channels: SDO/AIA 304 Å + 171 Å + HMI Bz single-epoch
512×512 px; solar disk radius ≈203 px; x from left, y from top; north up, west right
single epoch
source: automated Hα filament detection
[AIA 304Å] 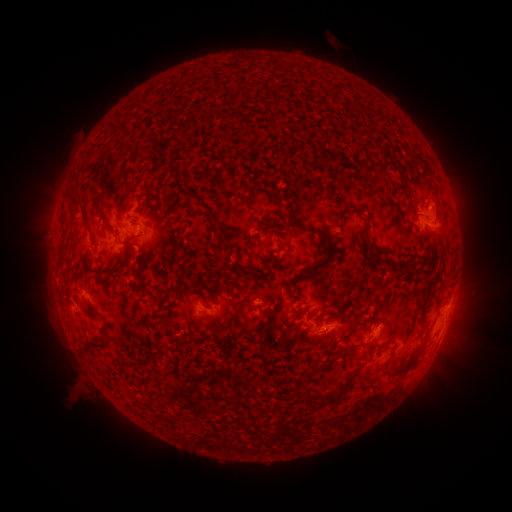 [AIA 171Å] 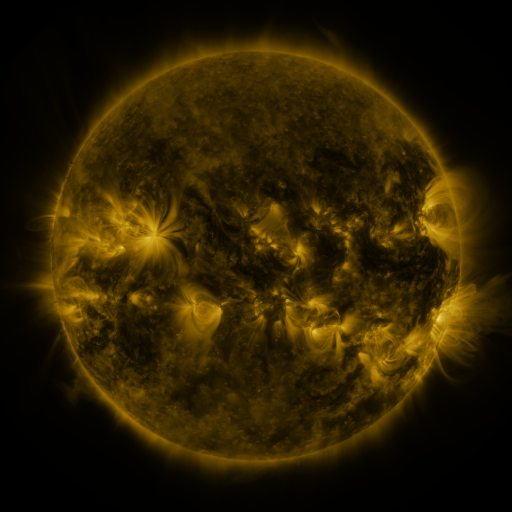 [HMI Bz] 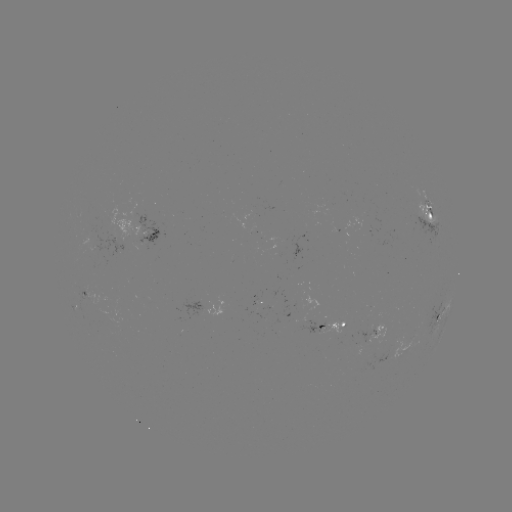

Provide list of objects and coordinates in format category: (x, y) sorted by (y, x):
filament: (119, 145)
filament: (322, 160)
filament: (342, 161)
filament: (237, 189)
filament: (246, 203)
filament: (83, 214)
filament: (263, 221)
filament: (174, 222)
filament: (295, 222)
filament: (226, 225)
filament: (370, 234)
filament: (226, 236)
filament: (123, 244)
filament: (330, 252)
filament: (156, 255)
filament: (272, 259)
filament: (148, 264)
filament: (124, 267)
filament: (254, 273)
filament: (432, 280)
filament: (205, 281)
filament: (179, 286)
filament: (90, 315)
filament: (232, 318)
filament: (355, 327)
filament: (179, 341)
filament: (97, 346)
filament: (406, 368)
filament: (337, 396)
filament: (306, 397)
